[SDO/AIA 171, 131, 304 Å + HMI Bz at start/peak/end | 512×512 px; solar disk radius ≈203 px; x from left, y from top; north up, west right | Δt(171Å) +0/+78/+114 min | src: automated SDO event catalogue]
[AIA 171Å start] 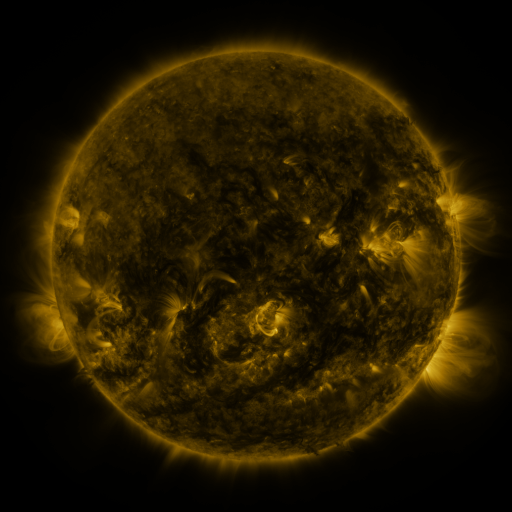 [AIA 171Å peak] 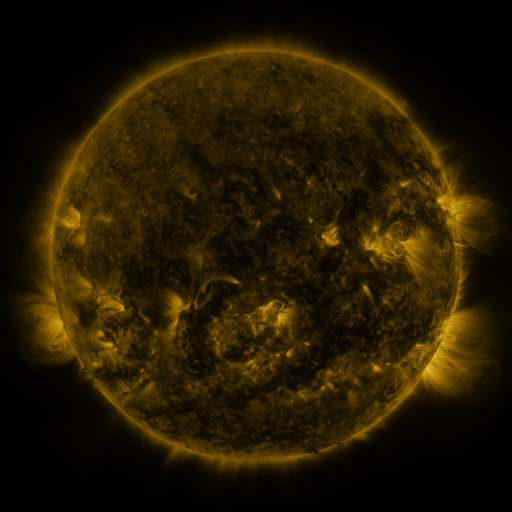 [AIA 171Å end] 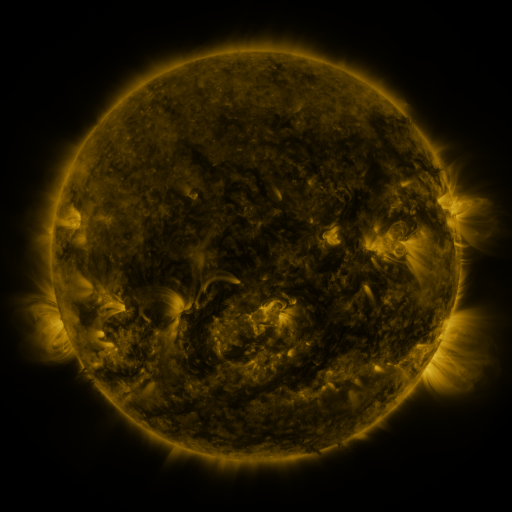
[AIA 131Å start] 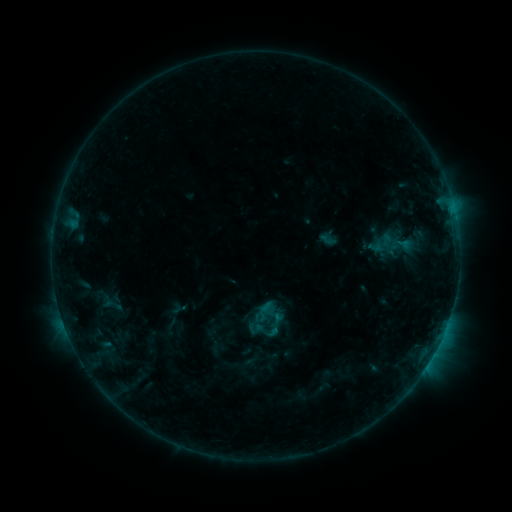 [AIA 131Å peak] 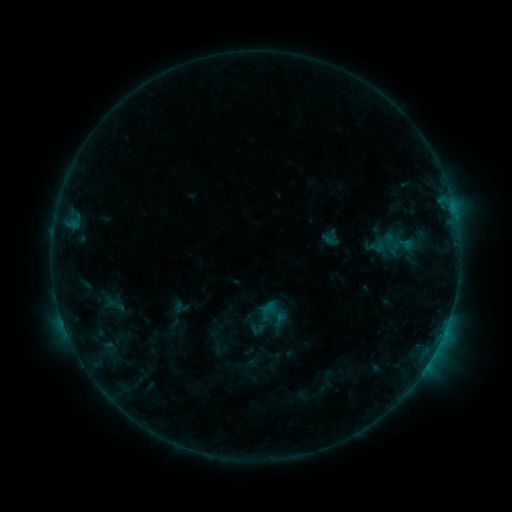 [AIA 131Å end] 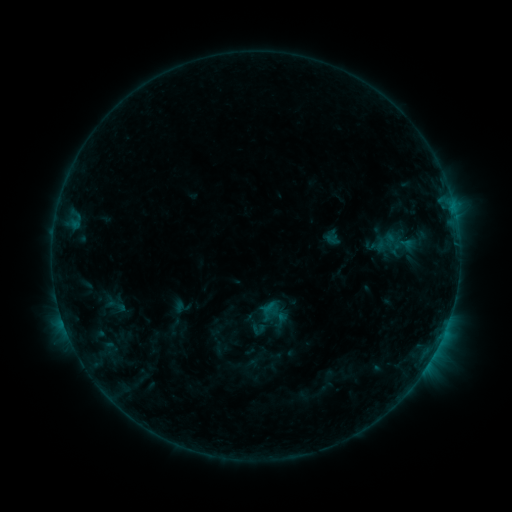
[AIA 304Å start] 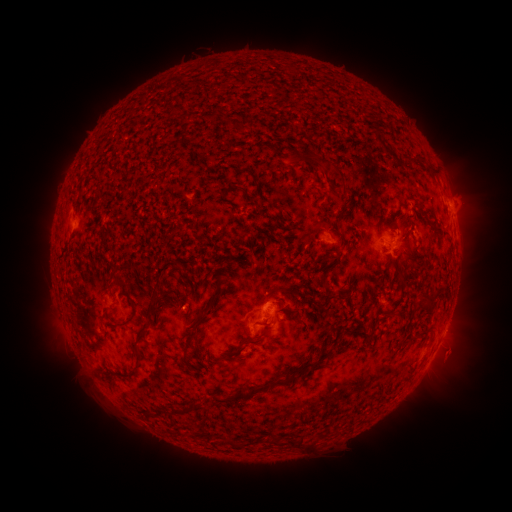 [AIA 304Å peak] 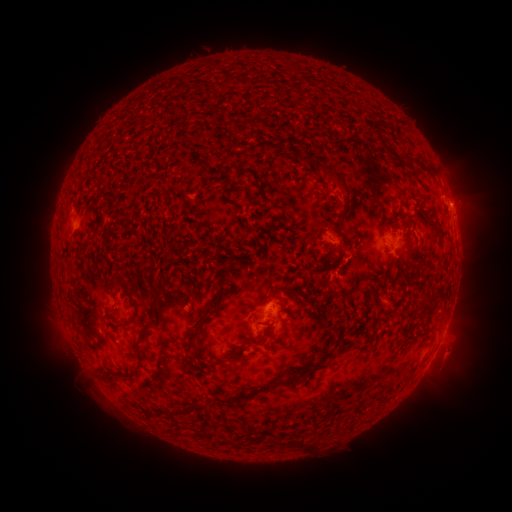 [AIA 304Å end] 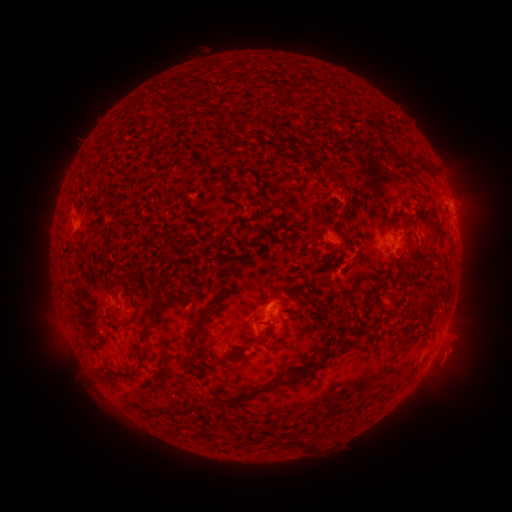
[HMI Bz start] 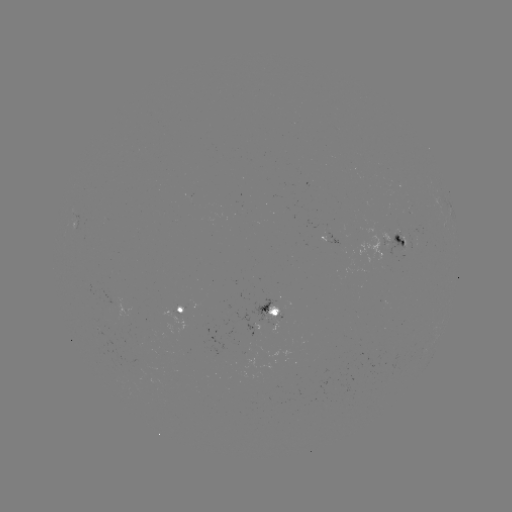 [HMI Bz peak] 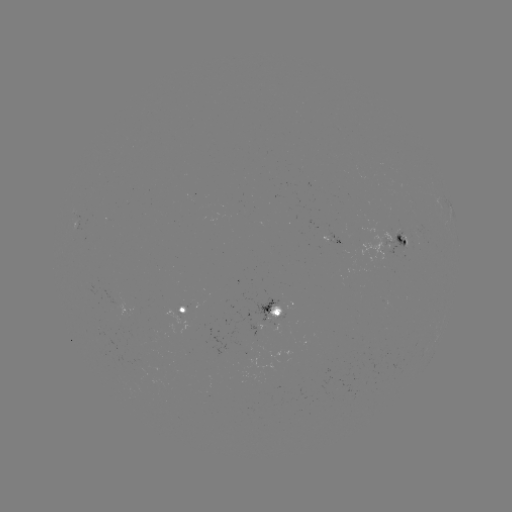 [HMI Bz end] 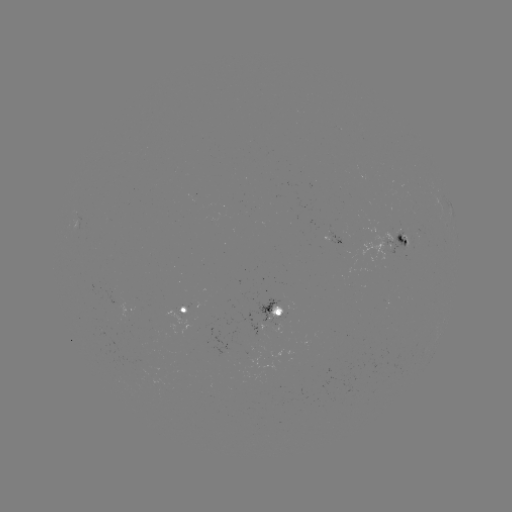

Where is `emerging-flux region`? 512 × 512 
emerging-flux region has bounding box [388, 233, 408, 254].